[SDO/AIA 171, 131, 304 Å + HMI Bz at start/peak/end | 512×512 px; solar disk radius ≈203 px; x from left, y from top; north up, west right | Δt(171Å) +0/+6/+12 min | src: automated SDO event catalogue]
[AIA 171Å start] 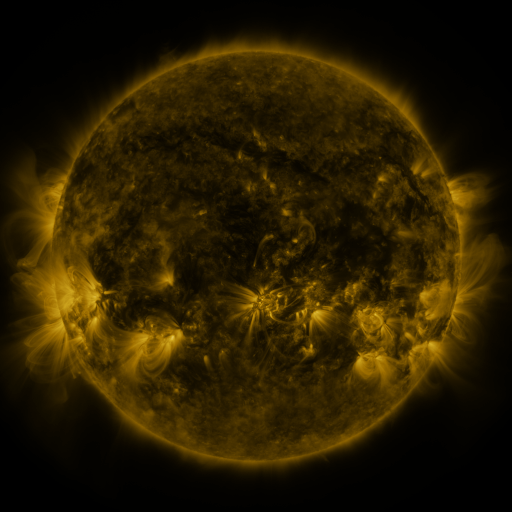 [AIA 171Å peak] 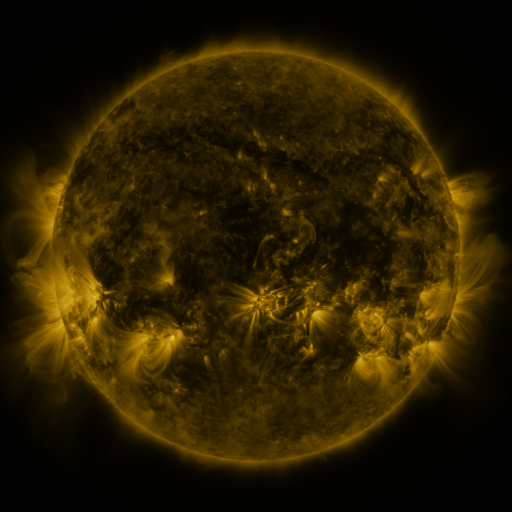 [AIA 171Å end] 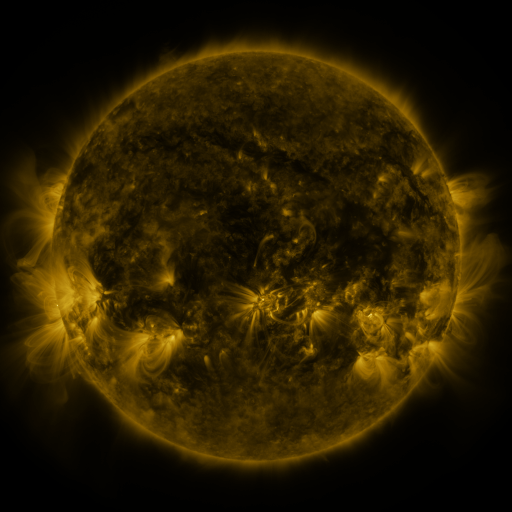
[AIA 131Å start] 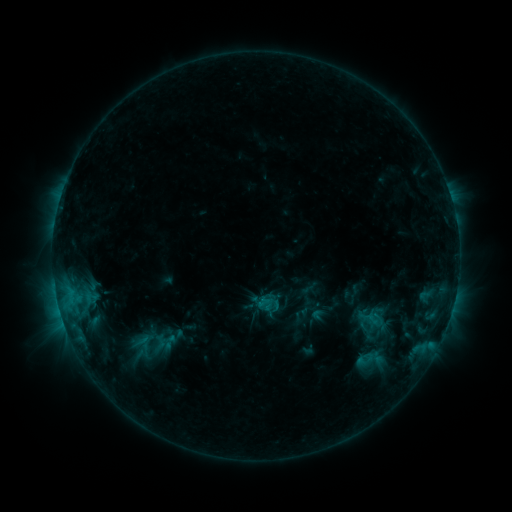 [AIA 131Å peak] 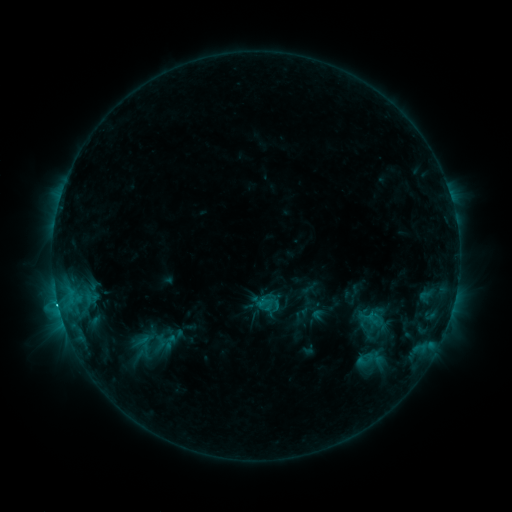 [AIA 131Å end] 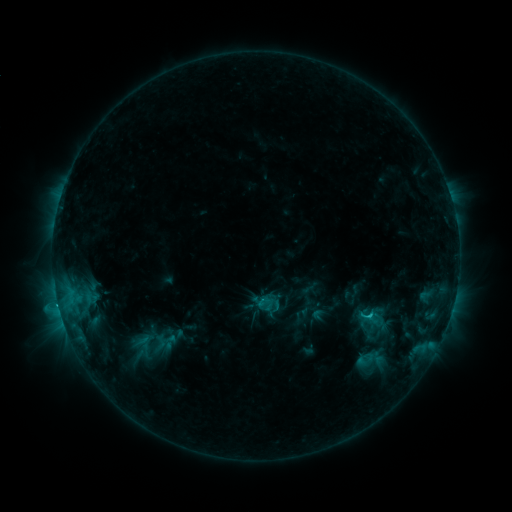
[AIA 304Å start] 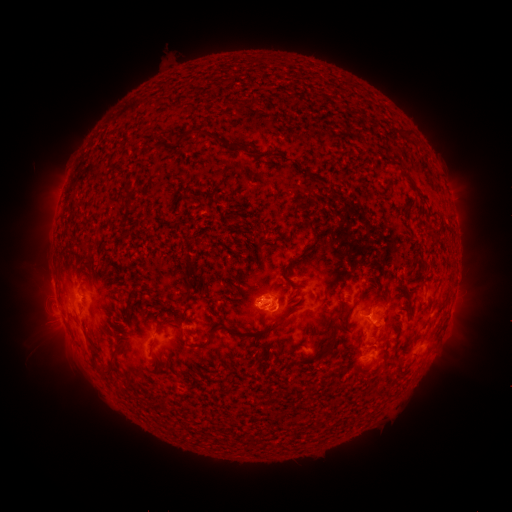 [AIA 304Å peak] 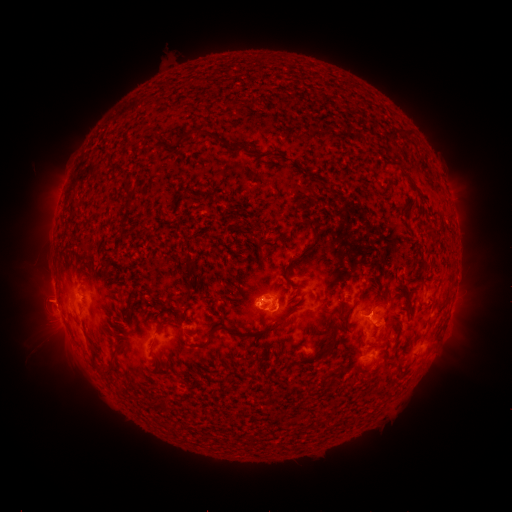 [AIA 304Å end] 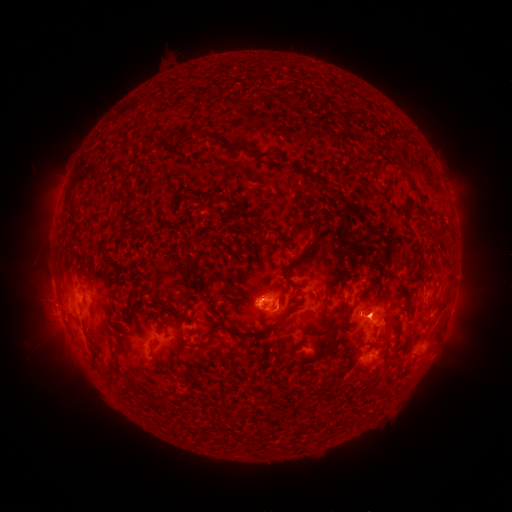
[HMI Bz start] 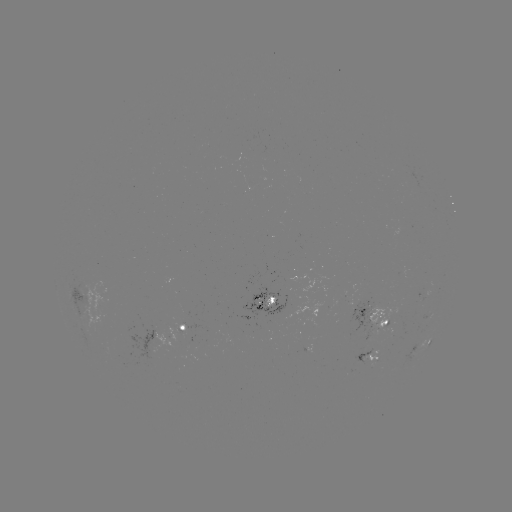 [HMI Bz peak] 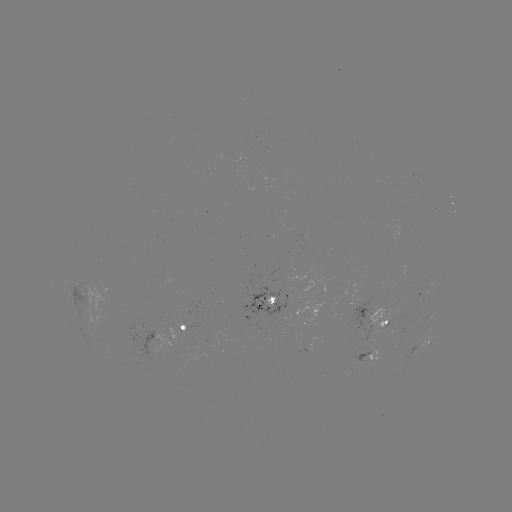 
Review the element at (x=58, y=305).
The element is C2.2 flare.